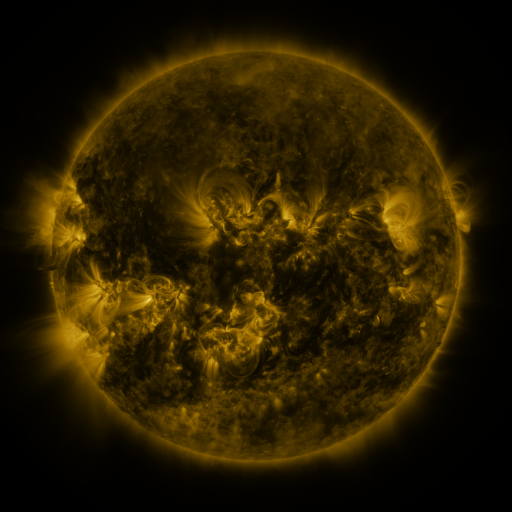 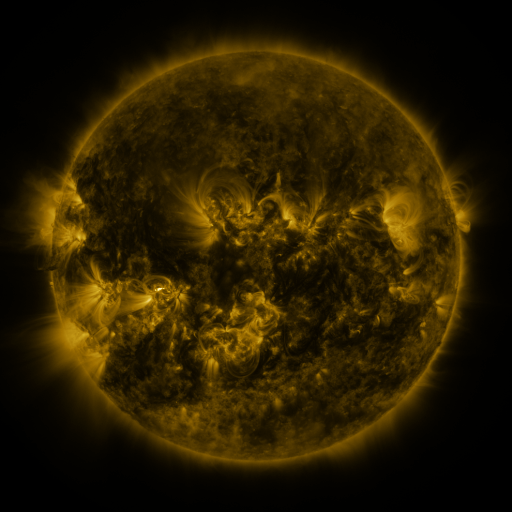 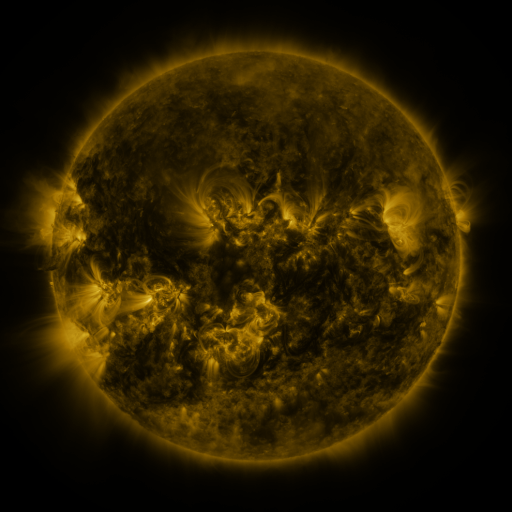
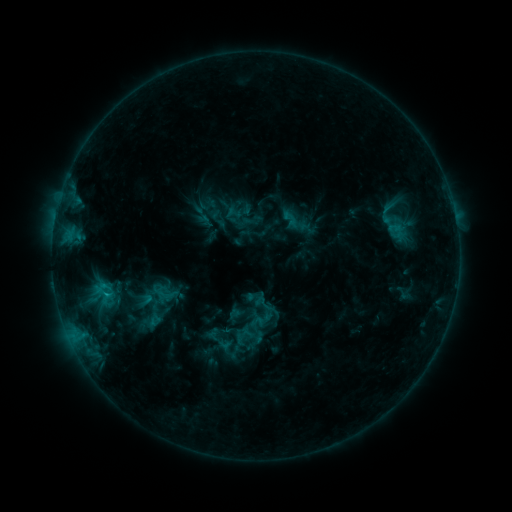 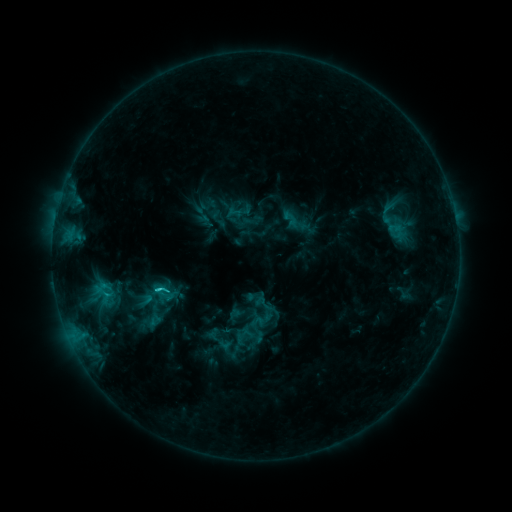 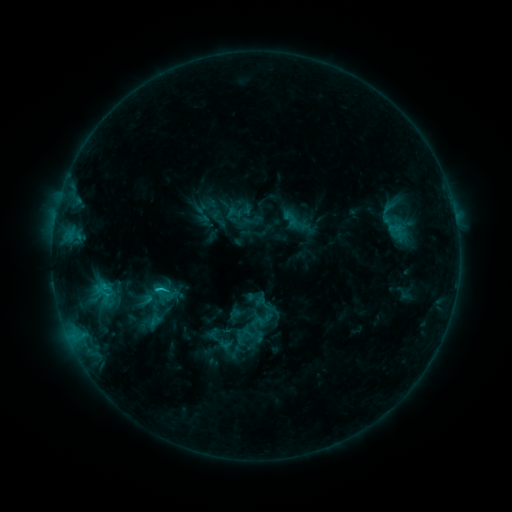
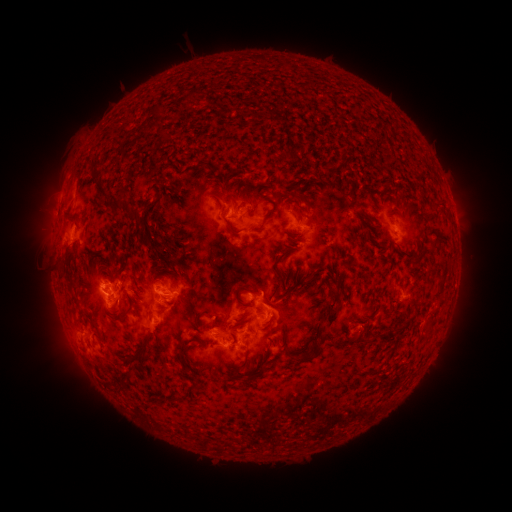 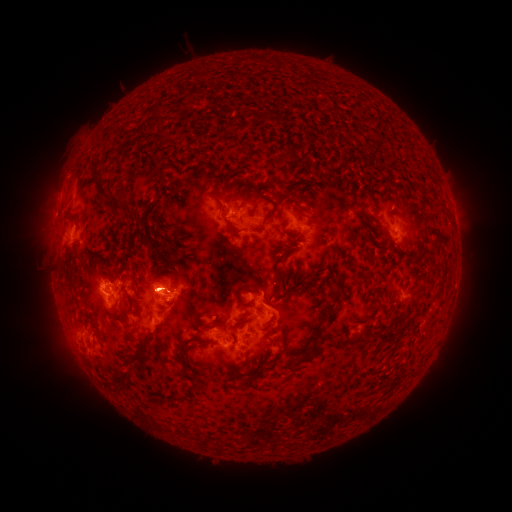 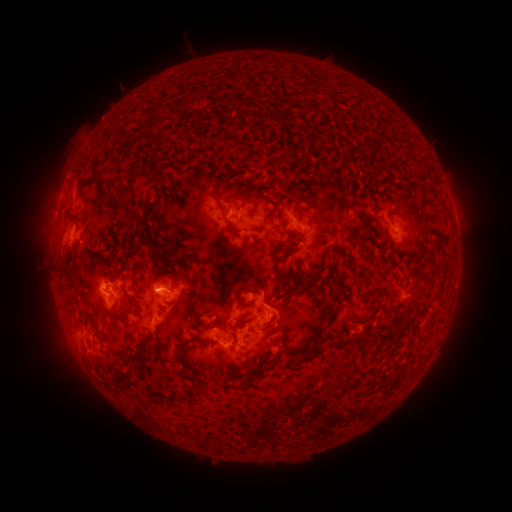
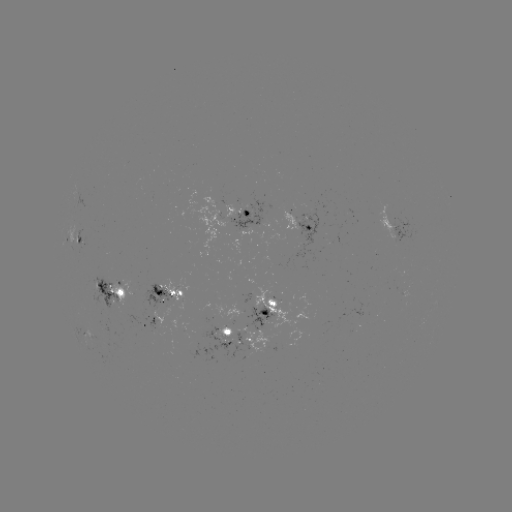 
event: flare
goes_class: C1.9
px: (160, 287)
